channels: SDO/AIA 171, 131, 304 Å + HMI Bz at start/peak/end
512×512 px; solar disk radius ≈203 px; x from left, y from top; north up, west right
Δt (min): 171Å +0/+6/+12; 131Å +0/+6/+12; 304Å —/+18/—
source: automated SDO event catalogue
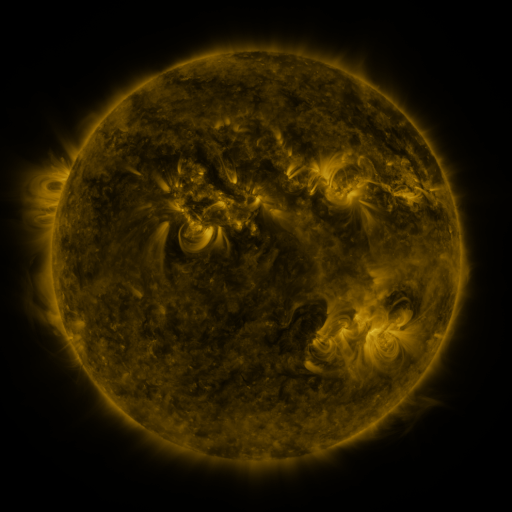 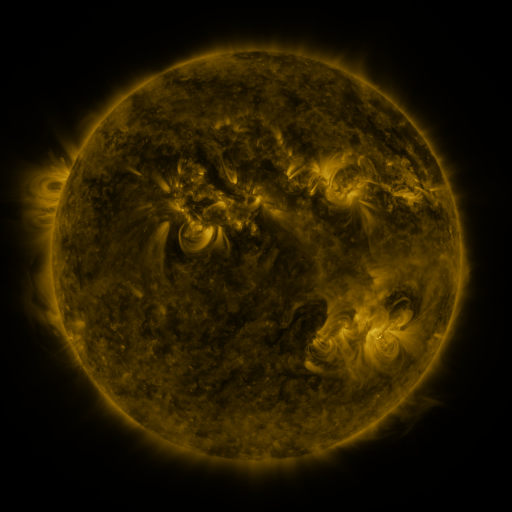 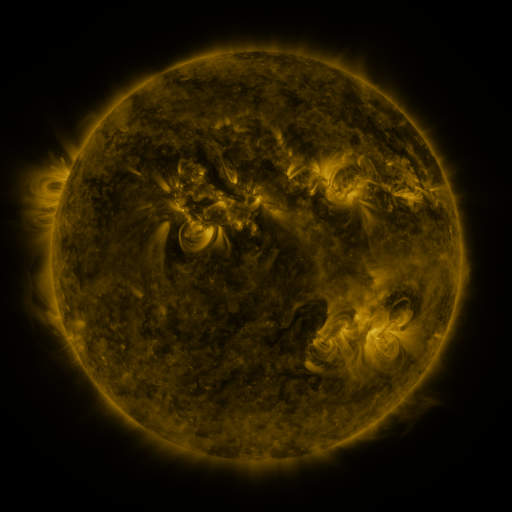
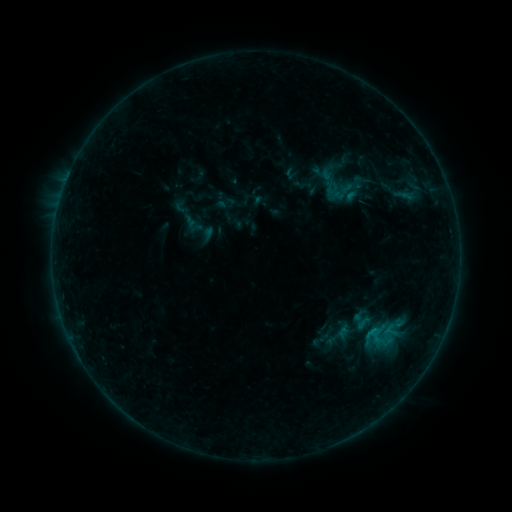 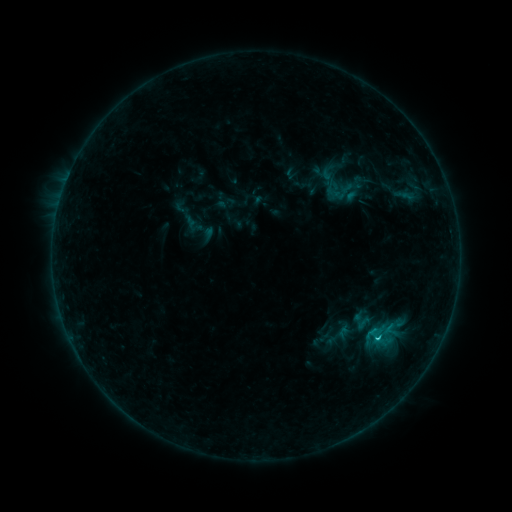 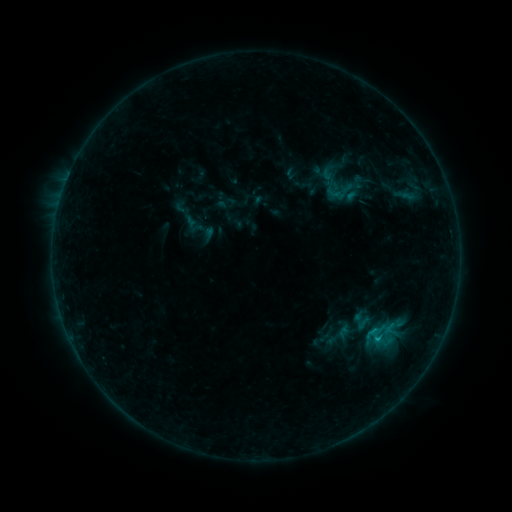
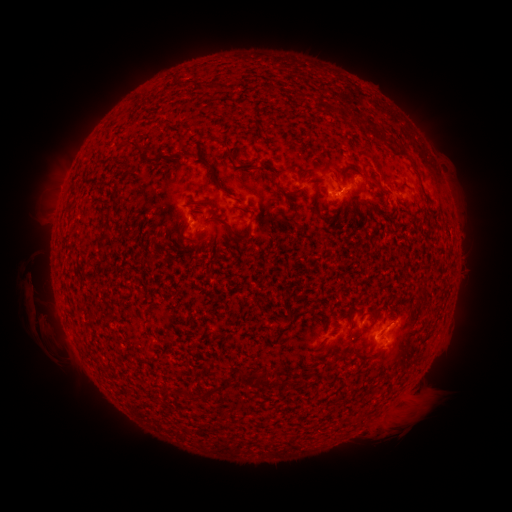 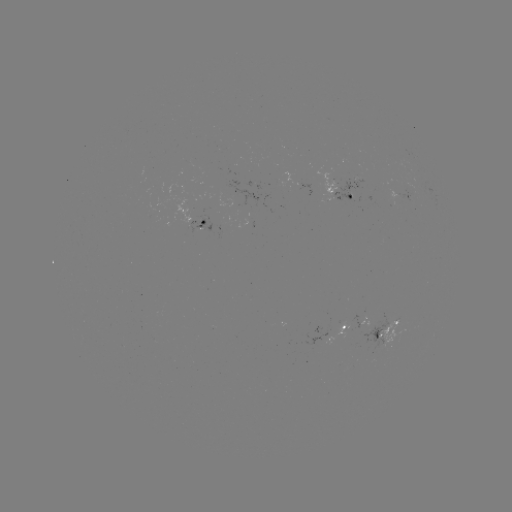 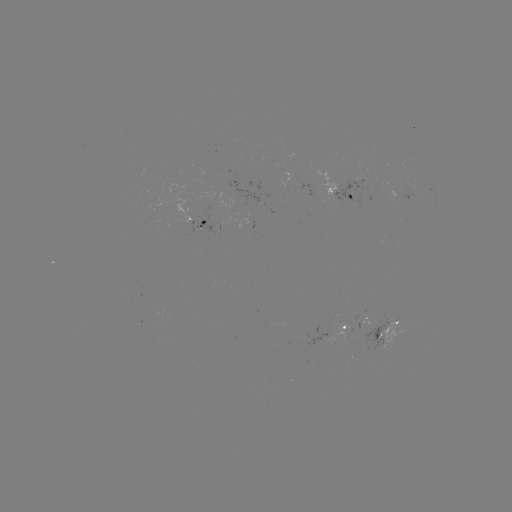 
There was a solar flare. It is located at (376, 335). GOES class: C1.0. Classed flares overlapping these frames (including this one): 1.